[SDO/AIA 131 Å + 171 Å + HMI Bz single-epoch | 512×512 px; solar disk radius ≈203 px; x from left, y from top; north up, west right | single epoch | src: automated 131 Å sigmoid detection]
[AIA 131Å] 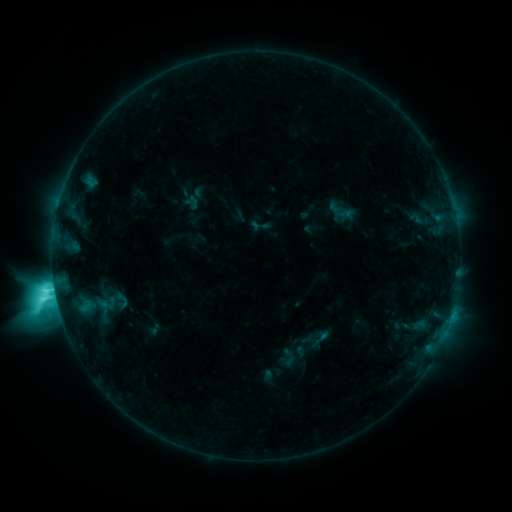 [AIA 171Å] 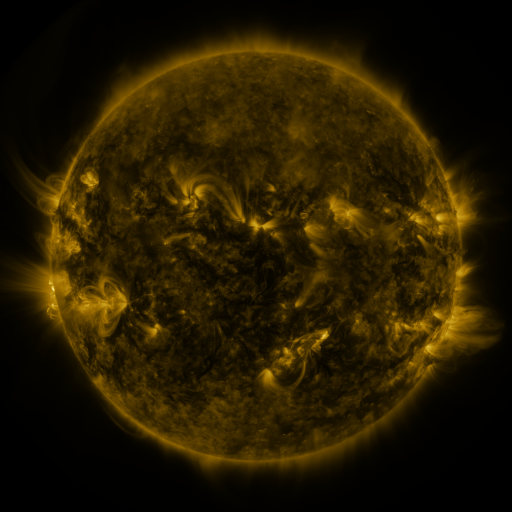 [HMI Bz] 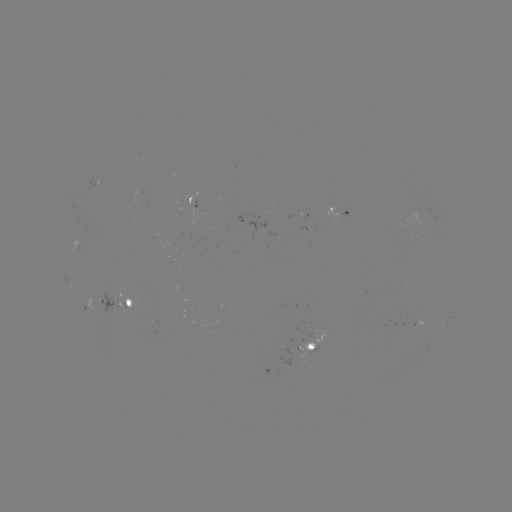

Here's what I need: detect sigmoid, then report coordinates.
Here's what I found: sigmoid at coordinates (122, 301).